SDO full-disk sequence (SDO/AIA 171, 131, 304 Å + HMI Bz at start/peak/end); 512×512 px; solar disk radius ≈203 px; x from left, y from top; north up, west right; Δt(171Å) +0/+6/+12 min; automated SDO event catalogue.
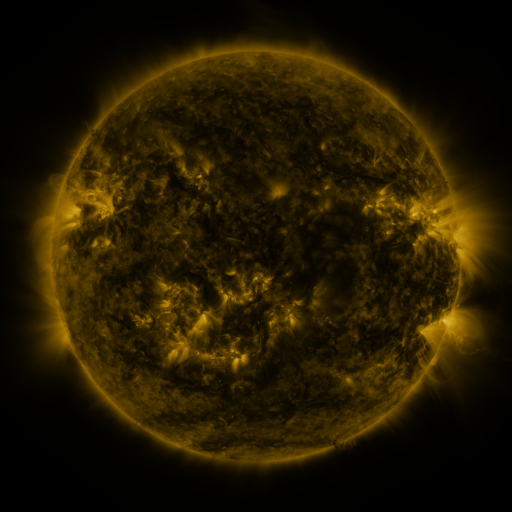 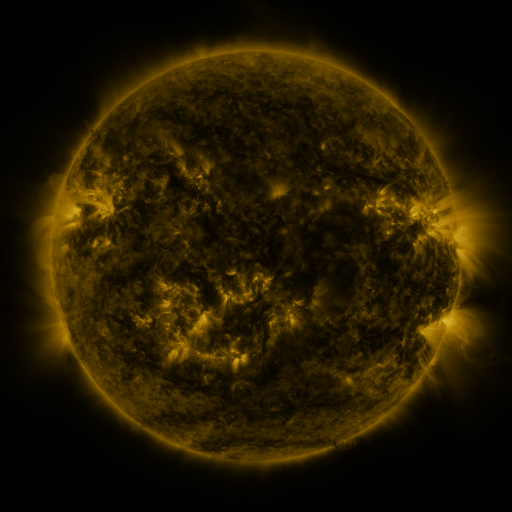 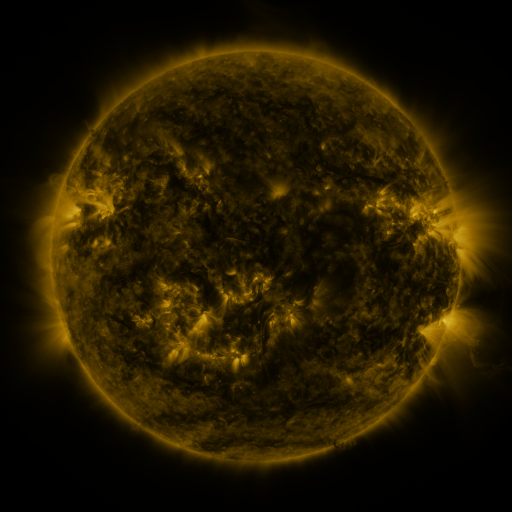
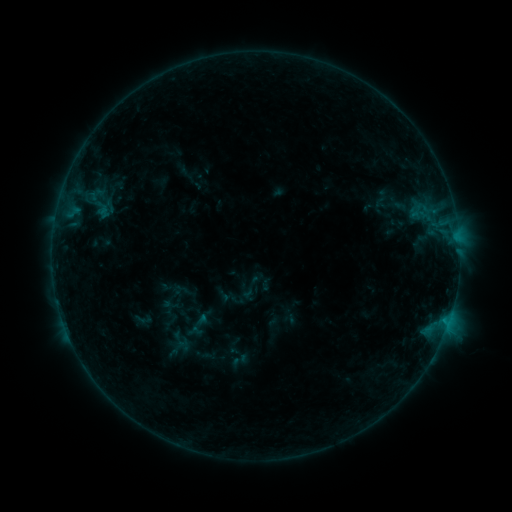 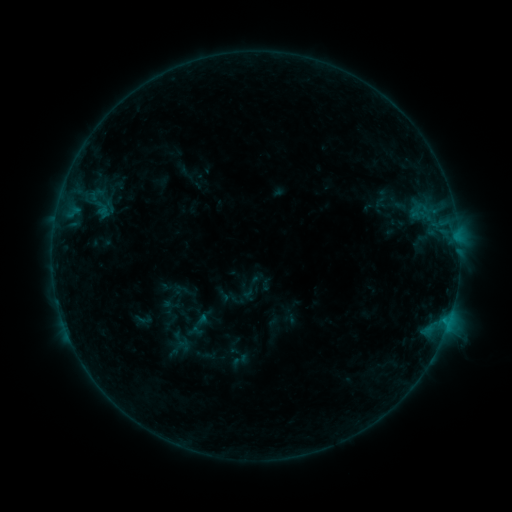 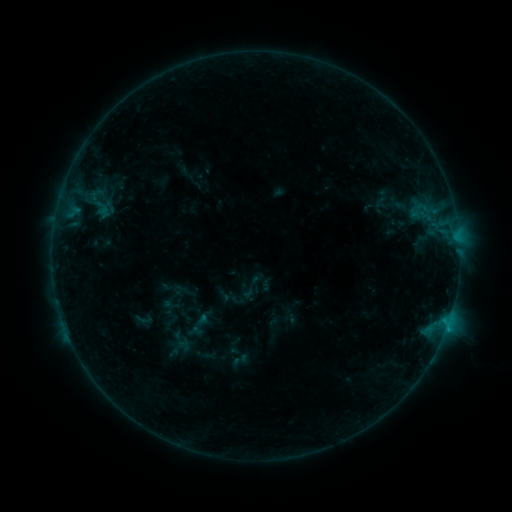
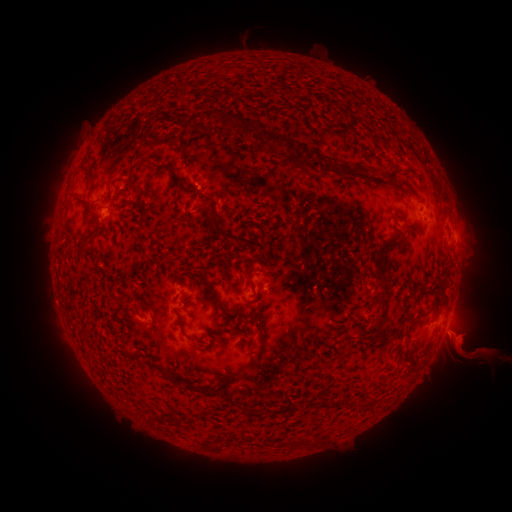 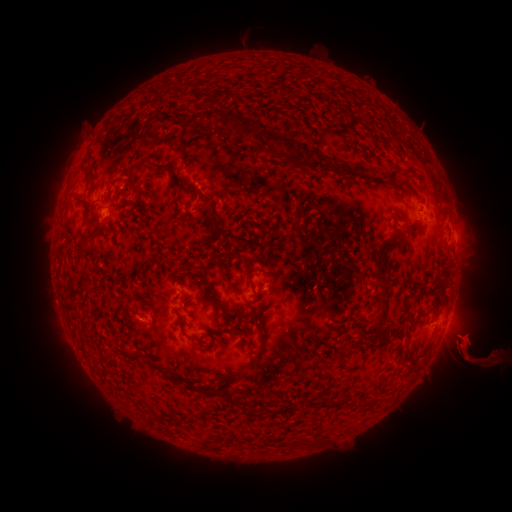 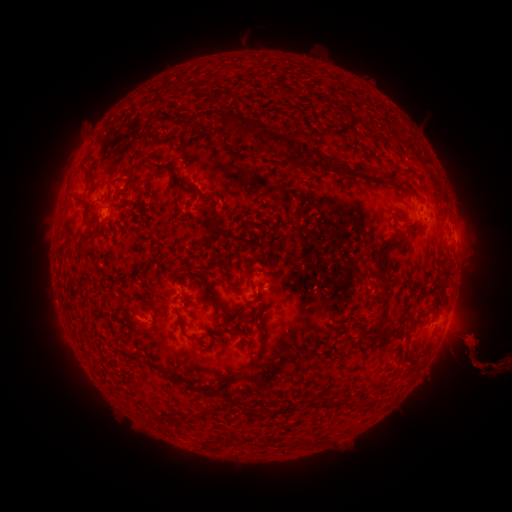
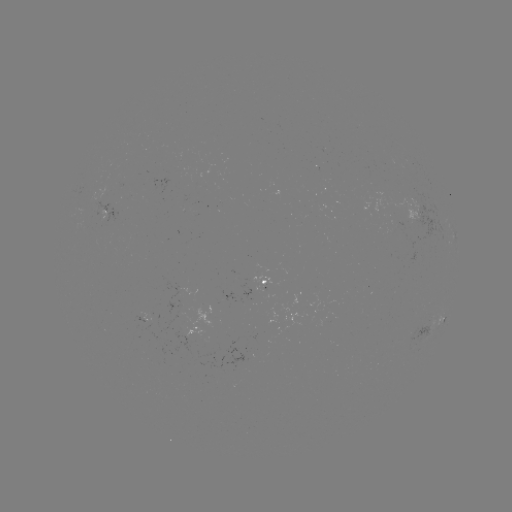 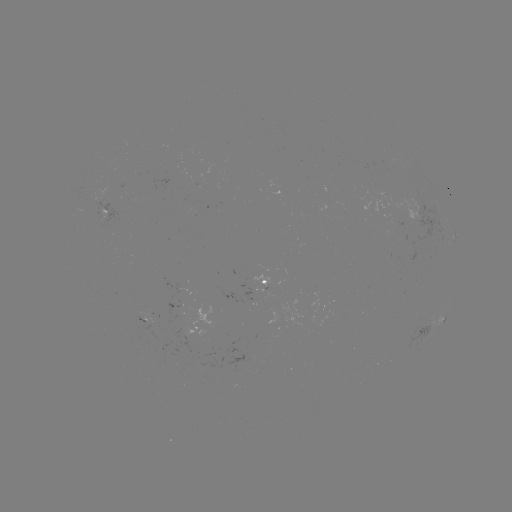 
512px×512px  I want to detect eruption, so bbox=[456, 289, 489, 306].